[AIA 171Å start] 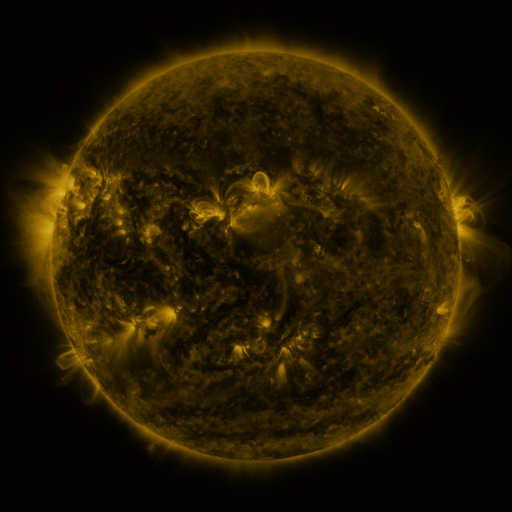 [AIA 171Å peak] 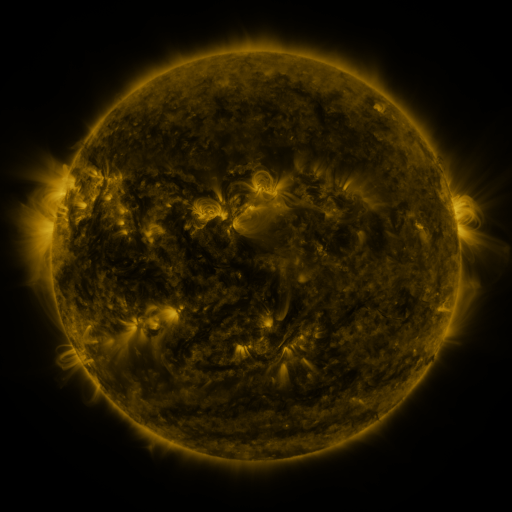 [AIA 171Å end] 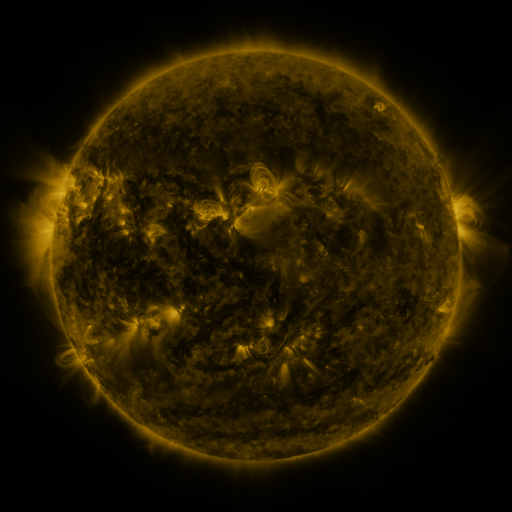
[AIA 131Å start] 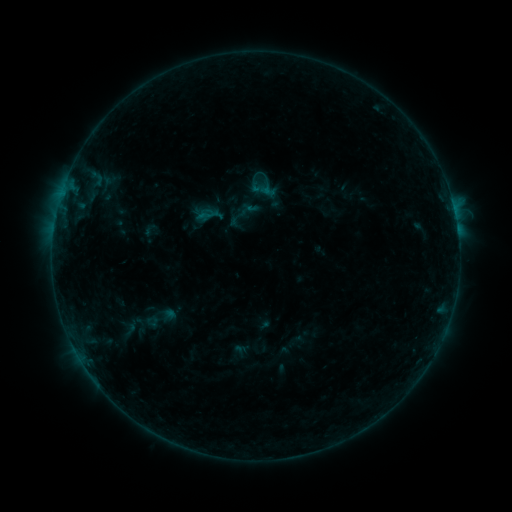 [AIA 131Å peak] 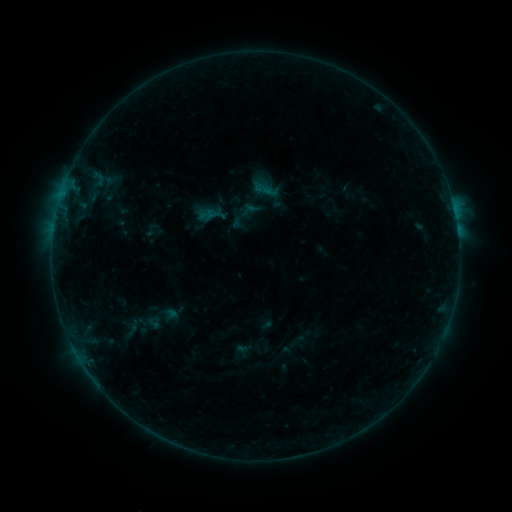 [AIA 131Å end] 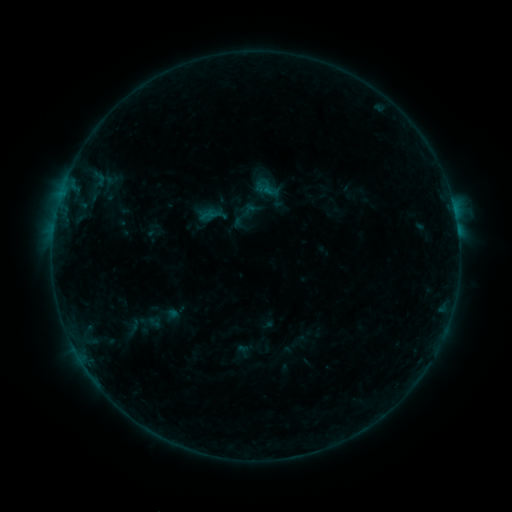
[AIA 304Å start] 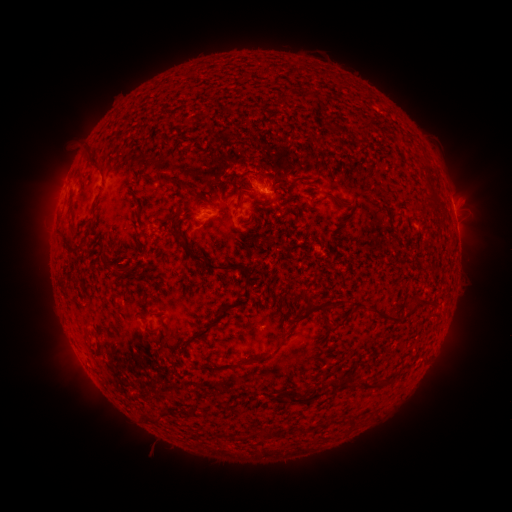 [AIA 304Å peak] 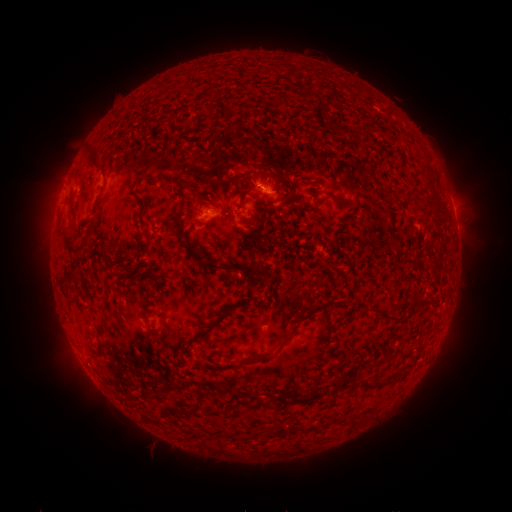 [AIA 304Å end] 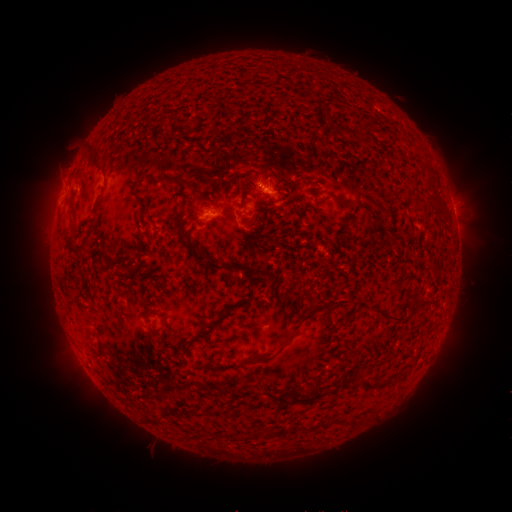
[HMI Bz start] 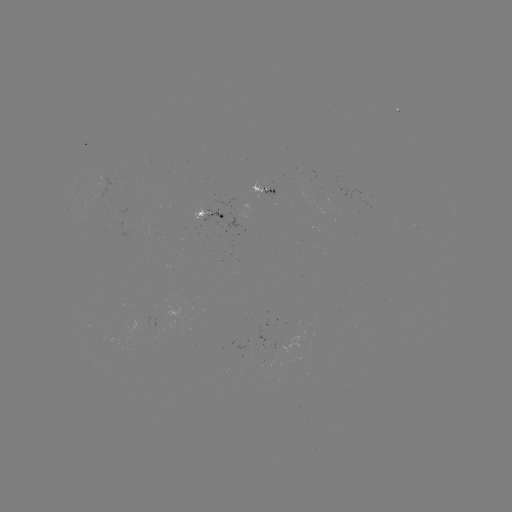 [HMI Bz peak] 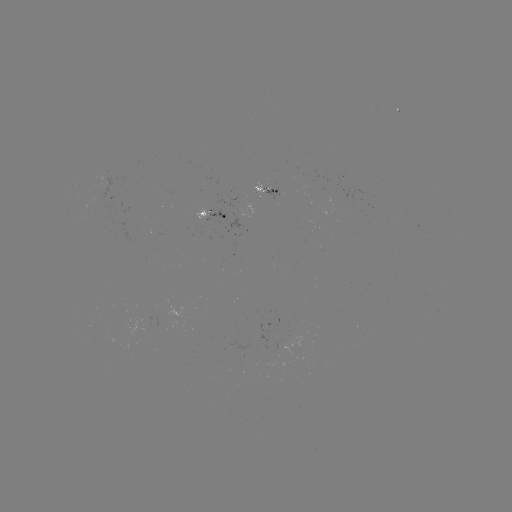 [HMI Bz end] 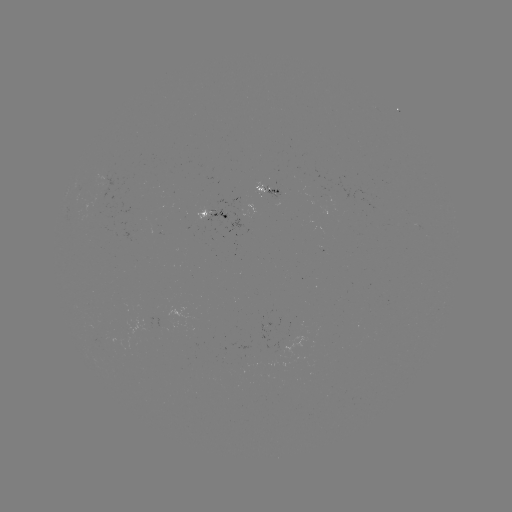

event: emerging-flux region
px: (273, 358)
